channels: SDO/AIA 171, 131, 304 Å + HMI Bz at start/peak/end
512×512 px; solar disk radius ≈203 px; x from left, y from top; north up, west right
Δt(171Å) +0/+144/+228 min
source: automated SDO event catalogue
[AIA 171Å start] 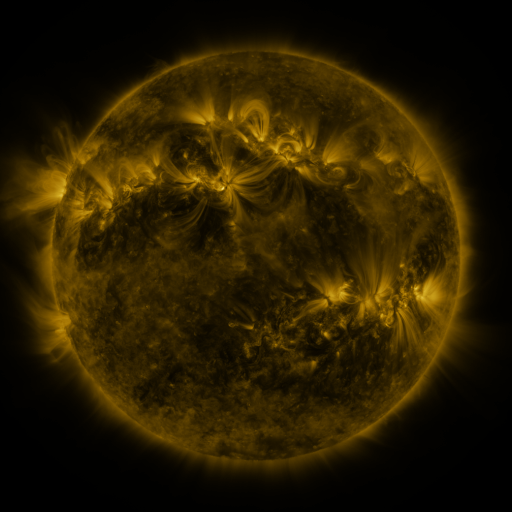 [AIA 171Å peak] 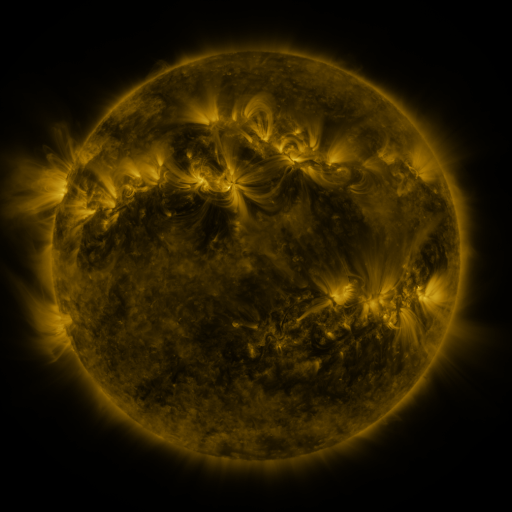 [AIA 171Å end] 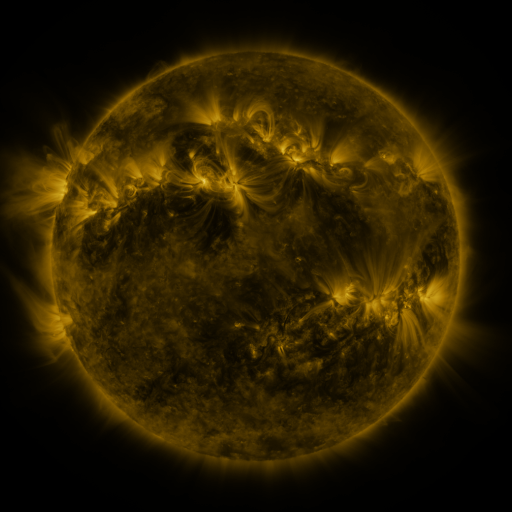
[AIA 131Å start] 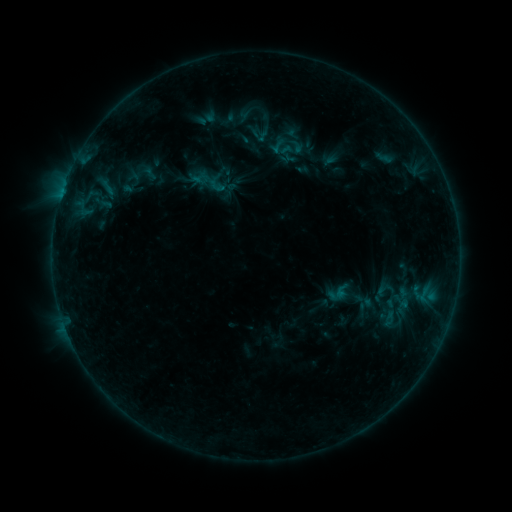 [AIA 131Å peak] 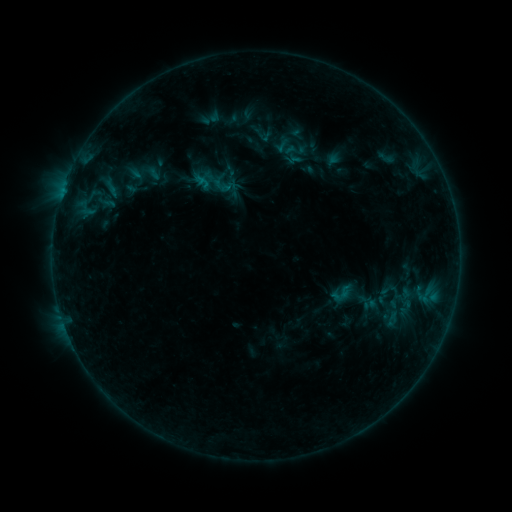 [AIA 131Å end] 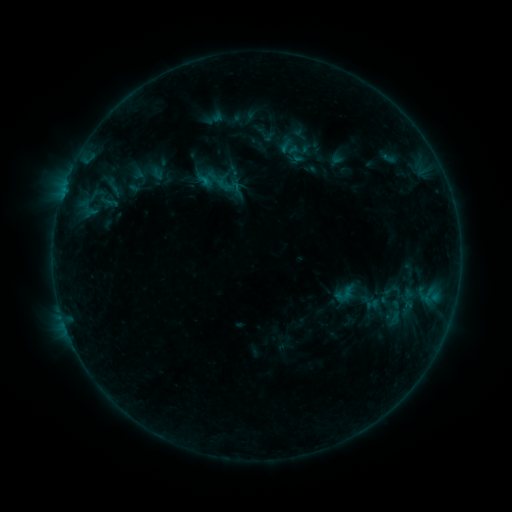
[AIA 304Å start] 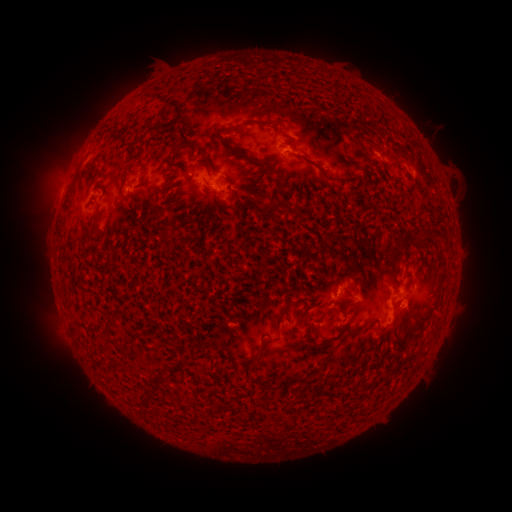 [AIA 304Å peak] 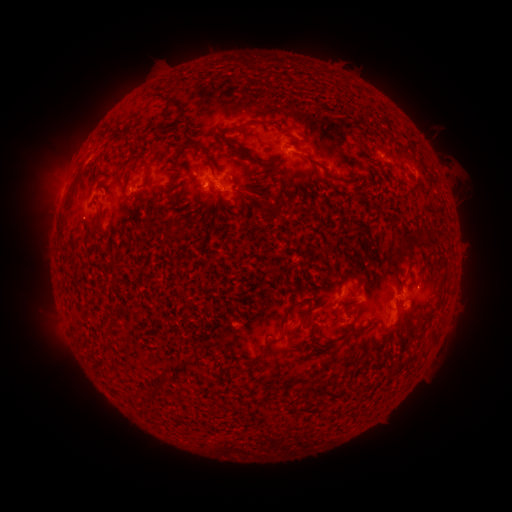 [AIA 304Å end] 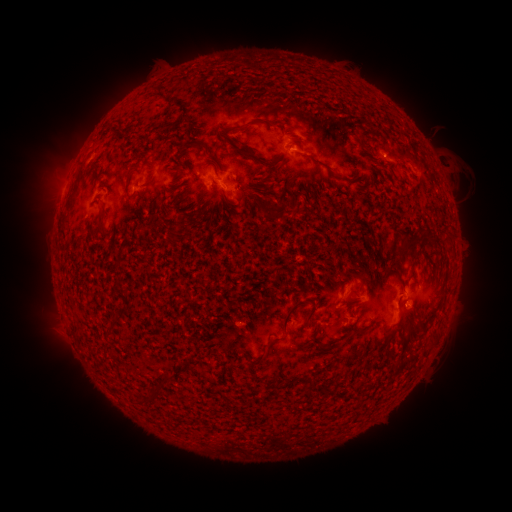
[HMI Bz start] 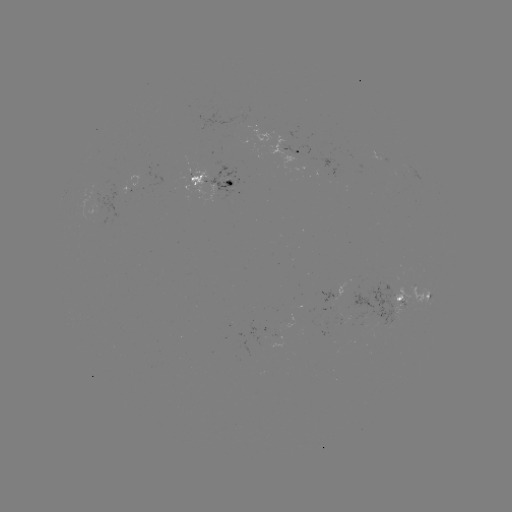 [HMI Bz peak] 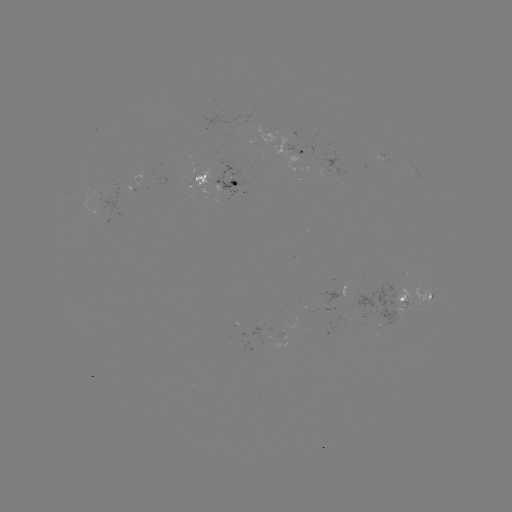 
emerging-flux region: (370, 149, 387, 162)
